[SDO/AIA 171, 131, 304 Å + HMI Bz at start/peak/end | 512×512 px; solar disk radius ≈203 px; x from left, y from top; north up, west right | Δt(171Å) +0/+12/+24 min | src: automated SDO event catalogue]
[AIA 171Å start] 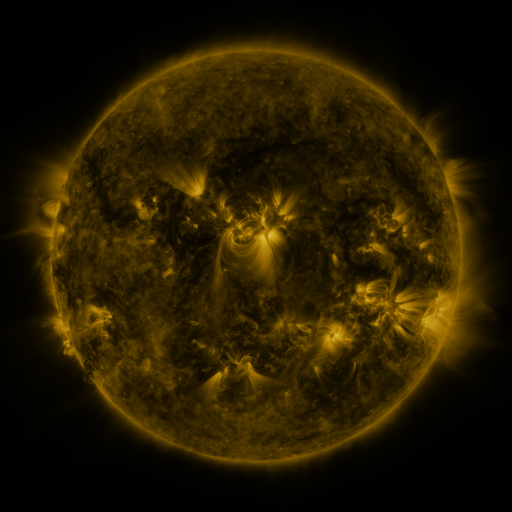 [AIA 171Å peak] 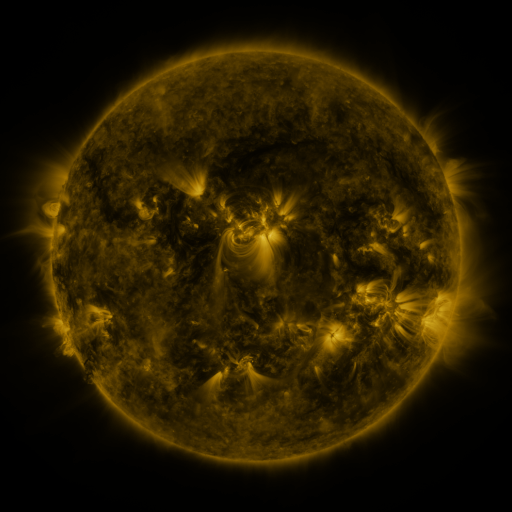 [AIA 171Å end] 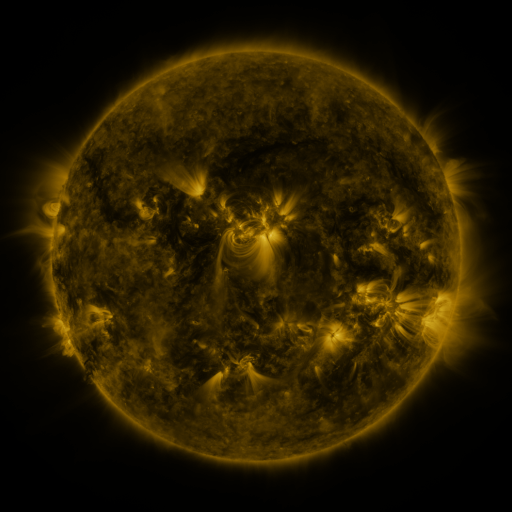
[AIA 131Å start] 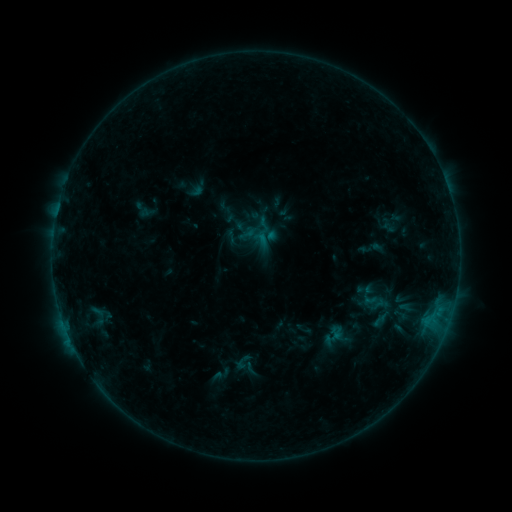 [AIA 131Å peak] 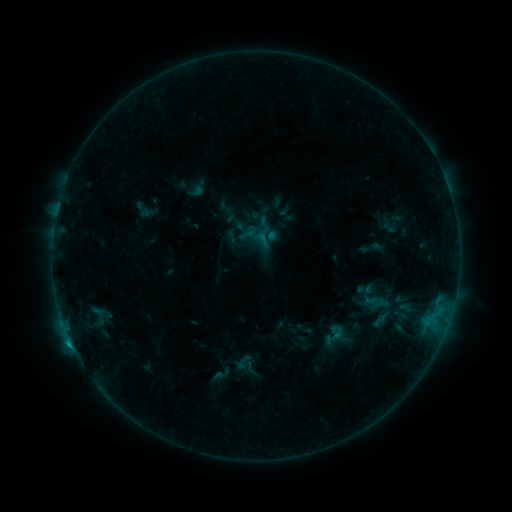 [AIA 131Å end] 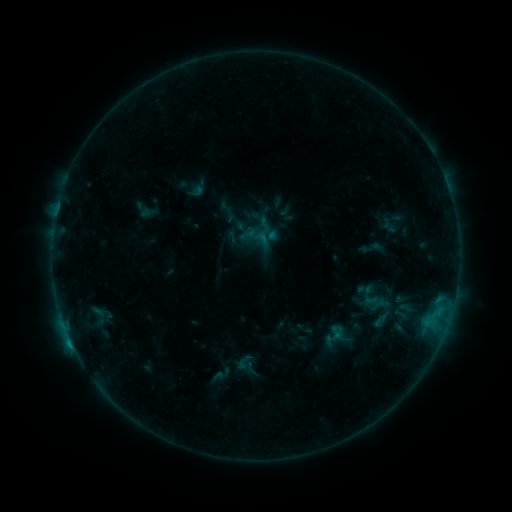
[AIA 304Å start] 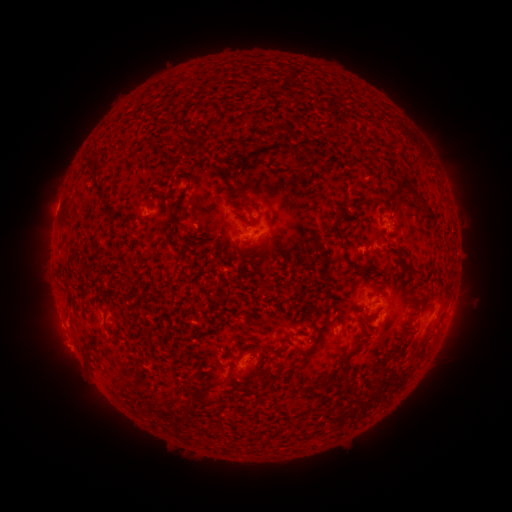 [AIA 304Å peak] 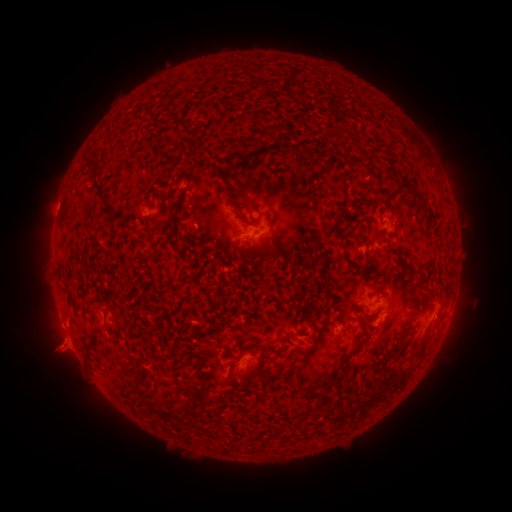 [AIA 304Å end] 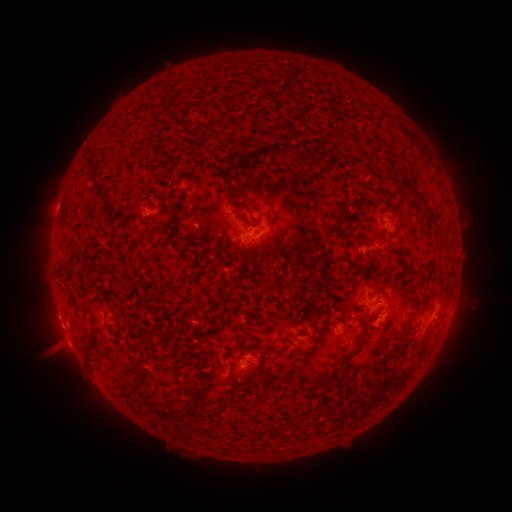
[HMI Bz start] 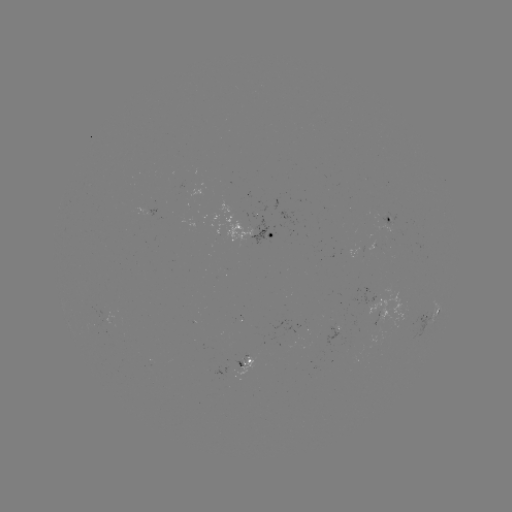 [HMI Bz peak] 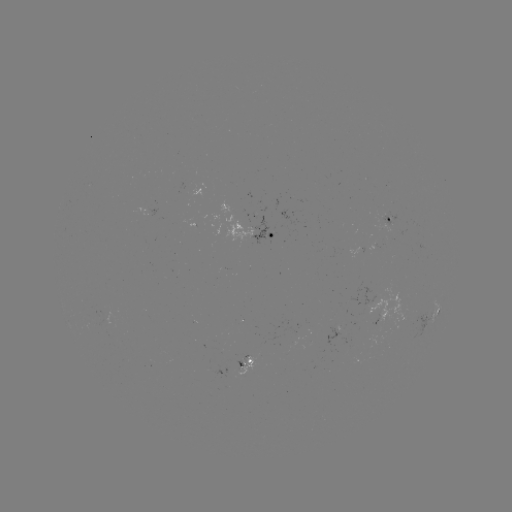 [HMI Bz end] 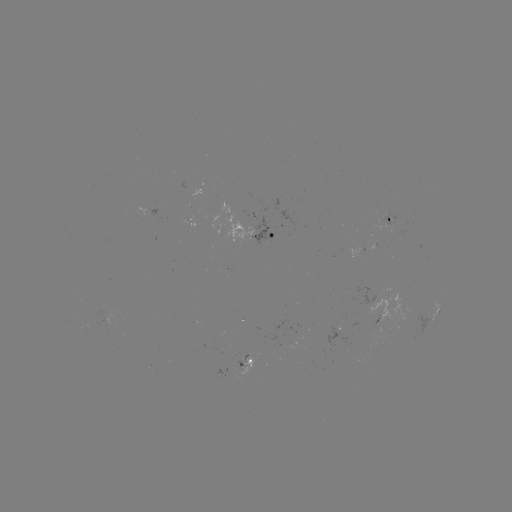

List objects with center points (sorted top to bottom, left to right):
eruption: (57, 351)
